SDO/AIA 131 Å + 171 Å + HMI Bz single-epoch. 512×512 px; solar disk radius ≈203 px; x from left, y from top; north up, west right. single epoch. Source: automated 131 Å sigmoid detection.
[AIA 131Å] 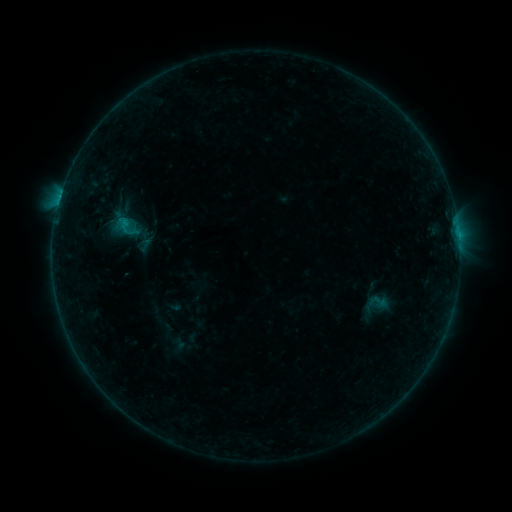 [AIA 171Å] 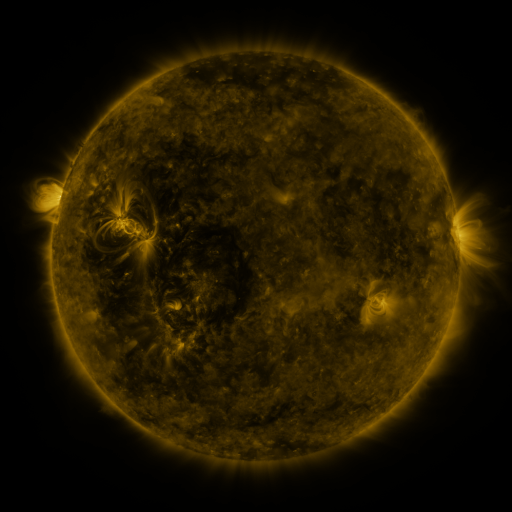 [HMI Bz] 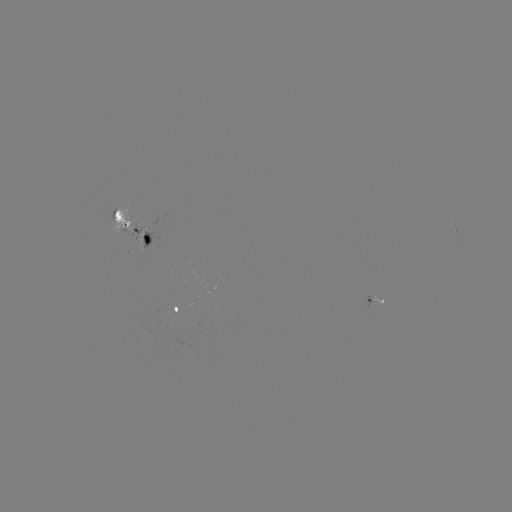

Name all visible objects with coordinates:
sigmoid: (115, 213, 135, 236)
sigmoid: (368, 292, 388, 312)
